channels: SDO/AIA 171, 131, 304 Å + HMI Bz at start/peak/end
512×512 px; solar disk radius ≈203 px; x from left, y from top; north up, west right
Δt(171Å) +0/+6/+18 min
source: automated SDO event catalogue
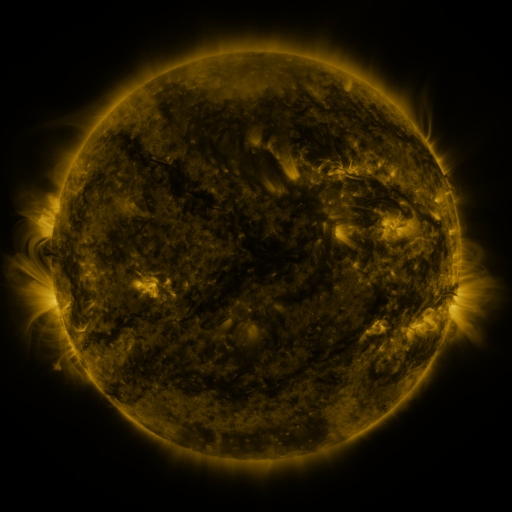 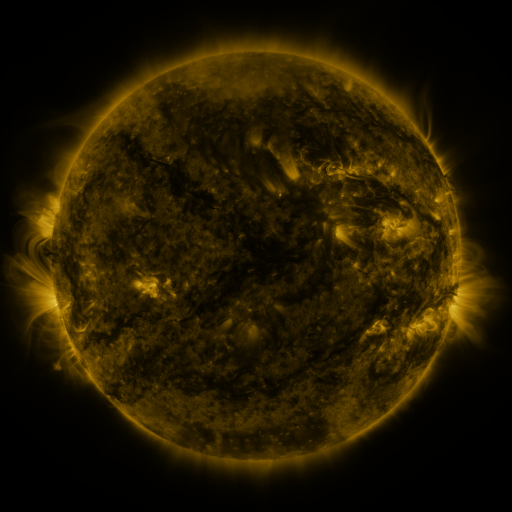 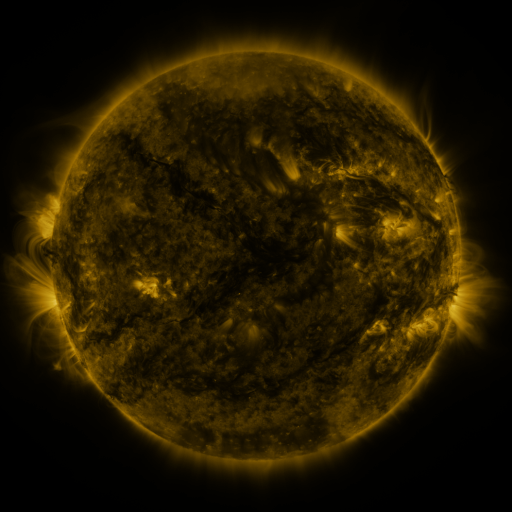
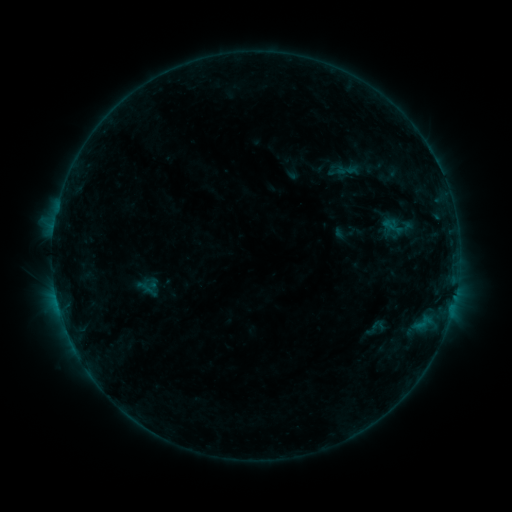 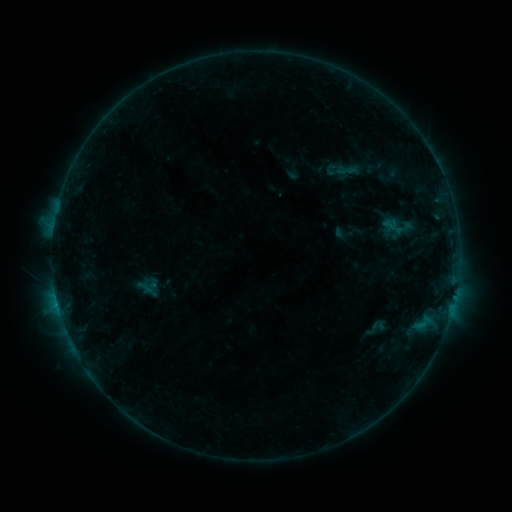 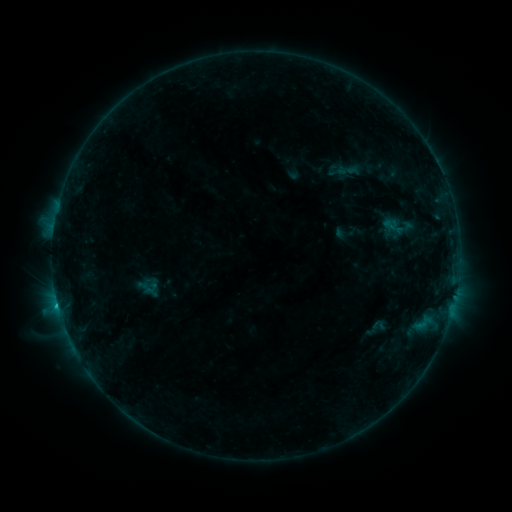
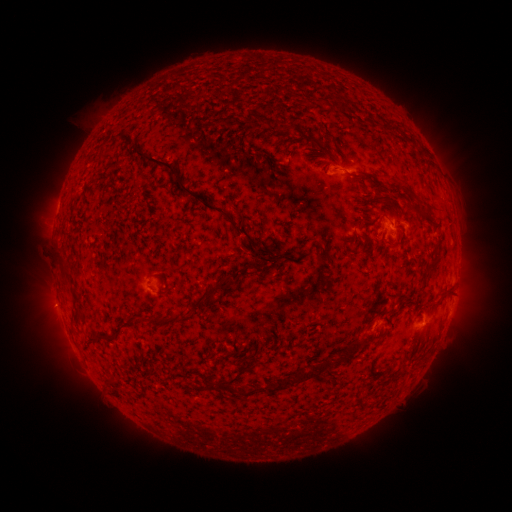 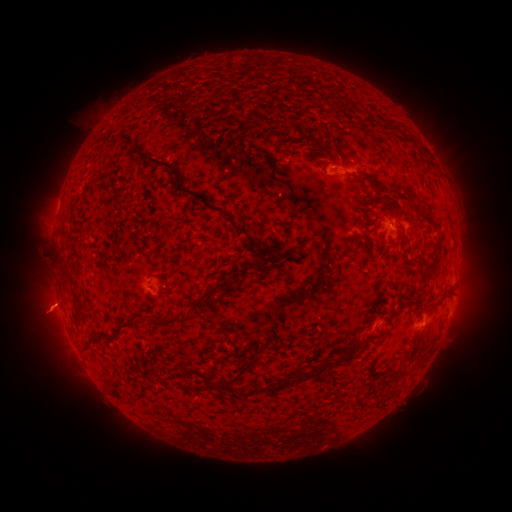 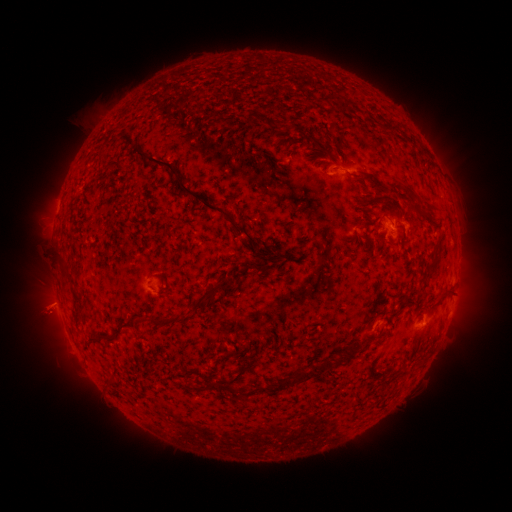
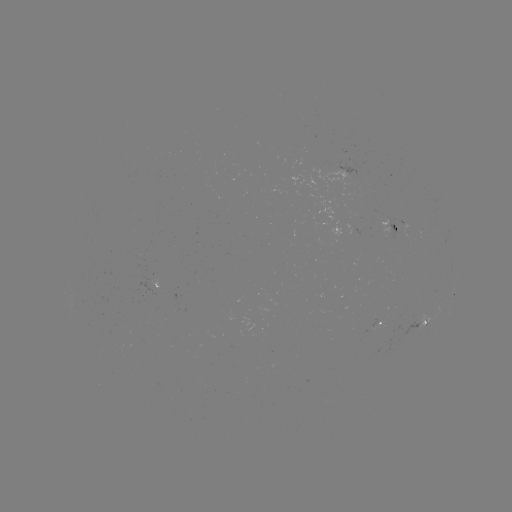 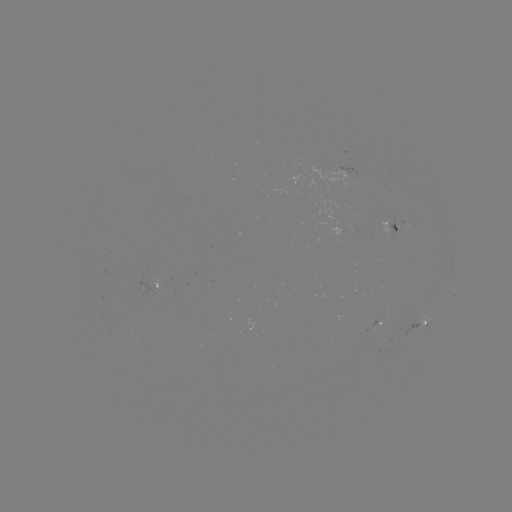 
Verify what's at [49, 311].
eruption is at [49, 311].